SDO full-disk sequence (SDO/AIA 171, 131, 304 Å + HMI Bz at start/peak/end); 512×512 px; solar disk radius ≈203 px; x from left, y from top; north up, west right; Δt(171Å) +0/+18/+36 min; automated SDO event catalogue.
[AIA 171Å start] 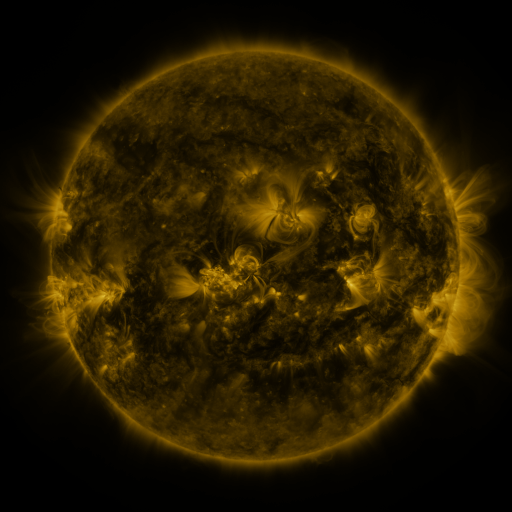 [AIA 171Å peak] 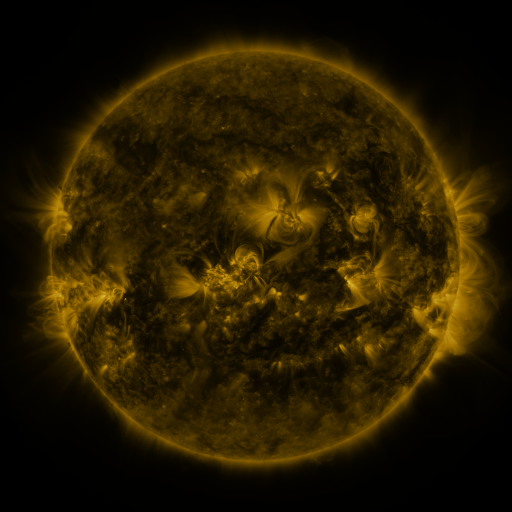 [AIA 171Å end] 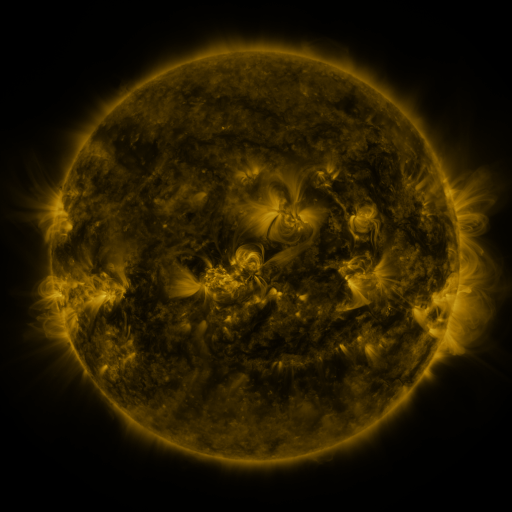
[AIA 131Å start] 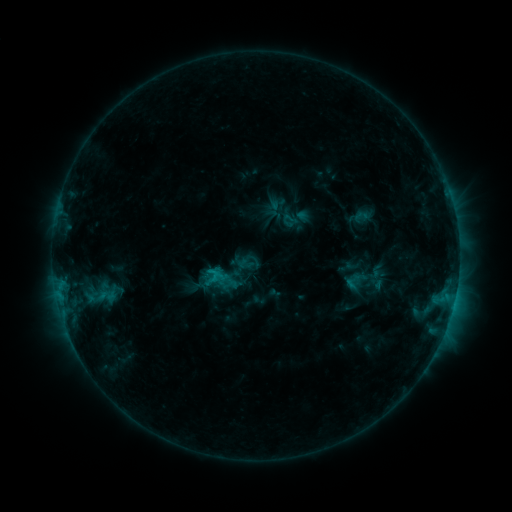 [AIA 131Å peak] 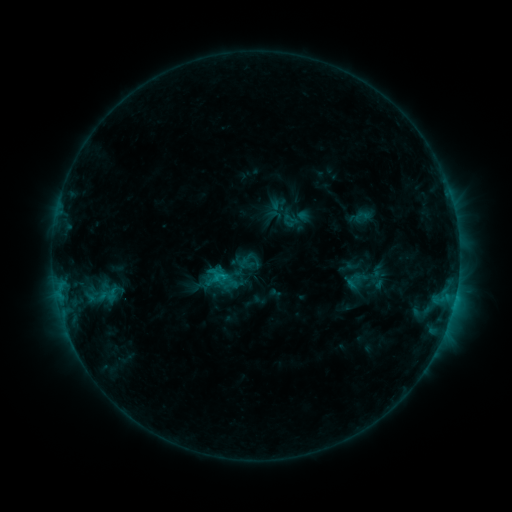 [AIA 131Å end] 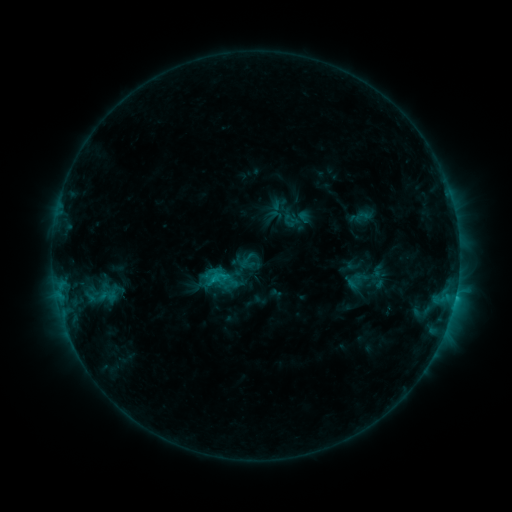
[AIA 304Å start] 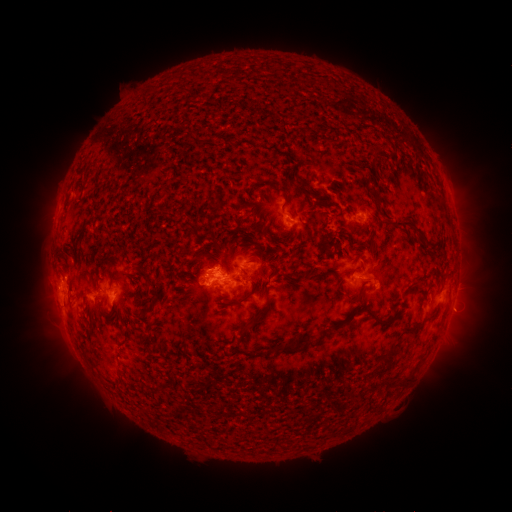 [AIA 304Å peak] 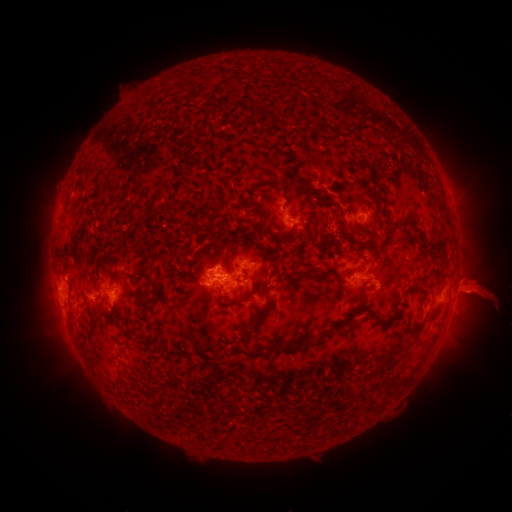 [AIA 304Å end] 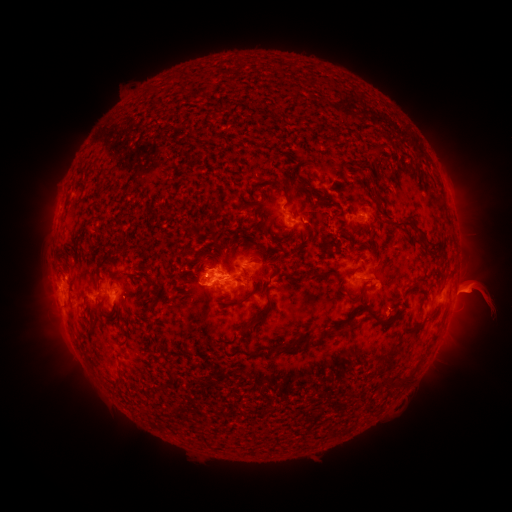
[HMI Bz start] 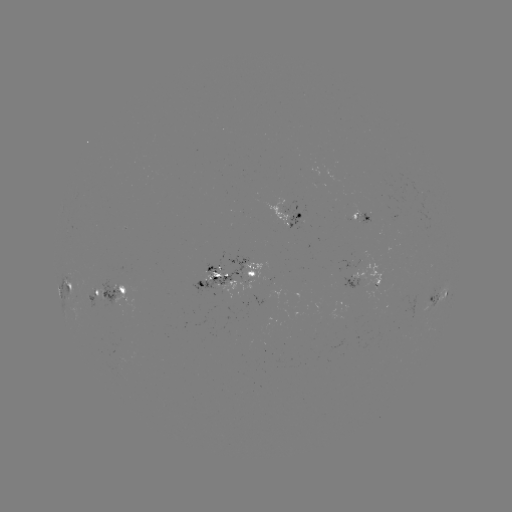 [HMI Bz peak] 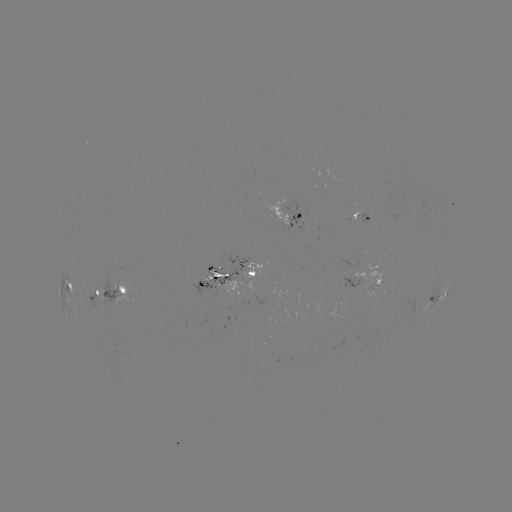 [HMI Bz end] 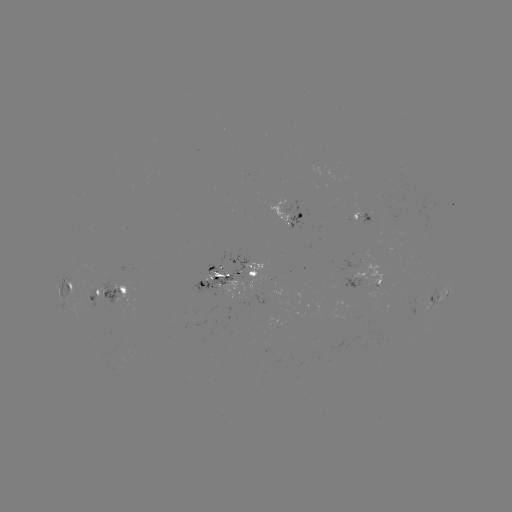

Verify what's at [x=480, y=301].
eruption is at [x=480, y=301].